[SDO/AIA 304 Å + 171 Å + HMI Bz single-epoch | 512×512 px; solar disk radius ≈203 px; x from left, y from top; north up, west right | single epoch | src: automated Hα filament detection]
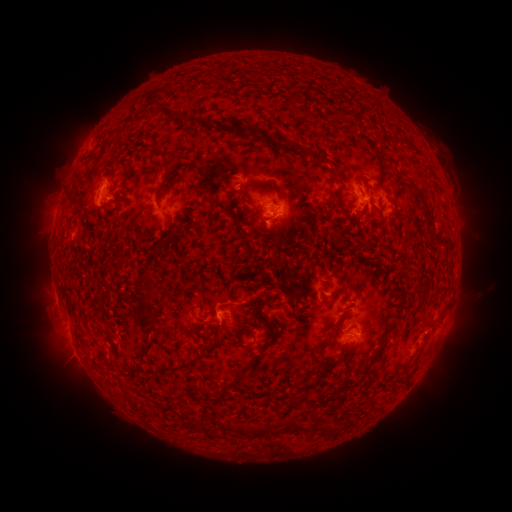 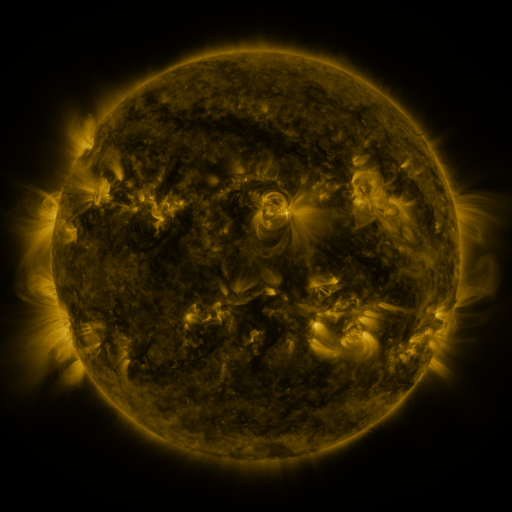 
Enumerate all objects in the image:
filament: (181, 116)
filament: (287, 145)
filament: (305, 153)
filament: (323, 160)
filament: (381, 180)
filament: (255, 184)
filament: (343, 189)
filament: (107, 197)
filament: (275, 202)
filament: (340, 206)
filament: (366, 208)
filament: (143, 293)
filament: (150, 293)
filament: (145, 323)
filament: (431, 326)
filament: (333, 329)
filament: (244, 347)
filament: (371, 362)
filament: (331, 364)
filament: (174, 367)
filament: (243, 369)
filament: (290, 400)
filament: (298, 429)
filament: (233, 431)
